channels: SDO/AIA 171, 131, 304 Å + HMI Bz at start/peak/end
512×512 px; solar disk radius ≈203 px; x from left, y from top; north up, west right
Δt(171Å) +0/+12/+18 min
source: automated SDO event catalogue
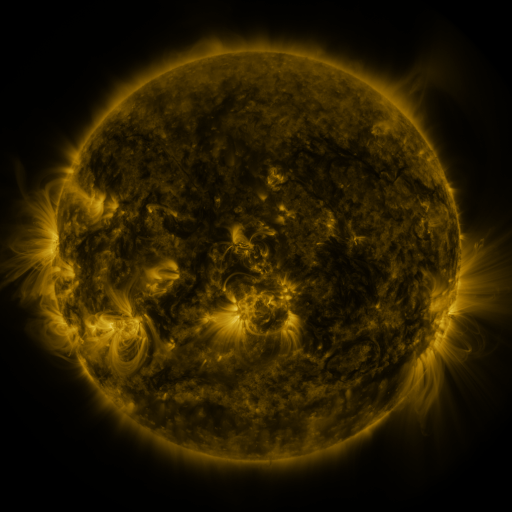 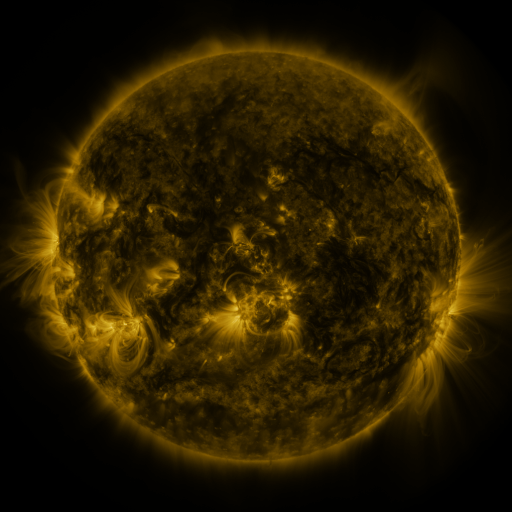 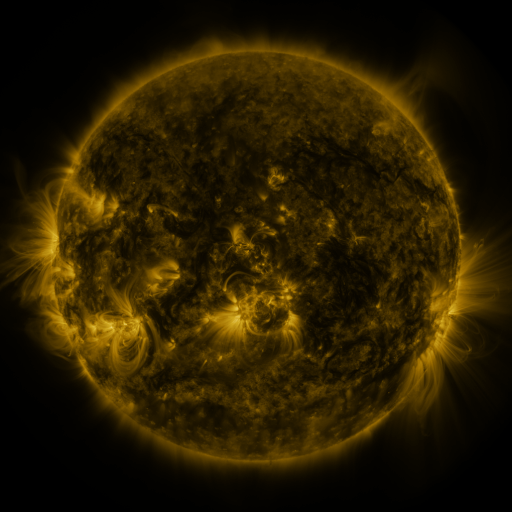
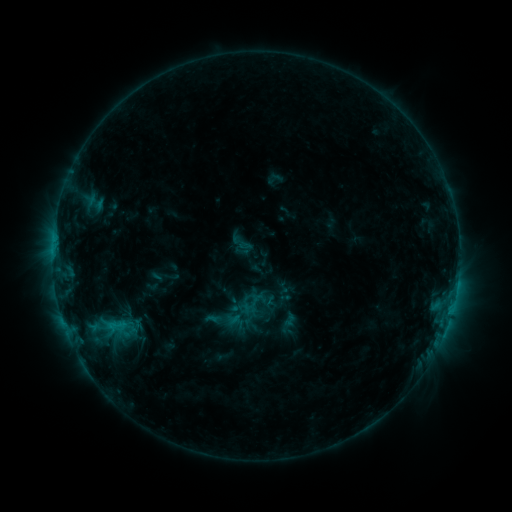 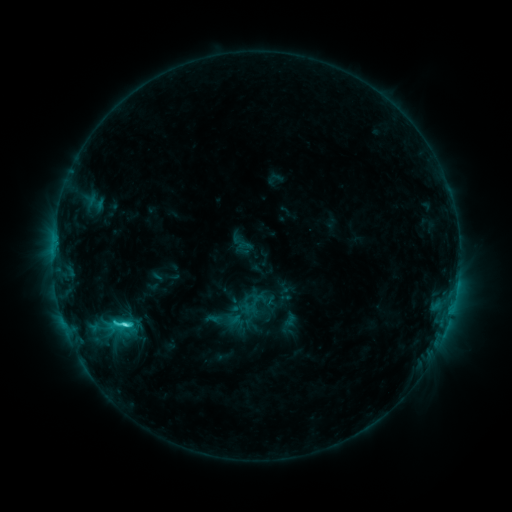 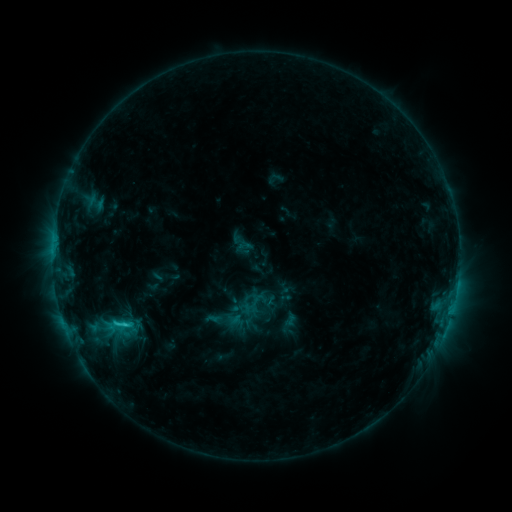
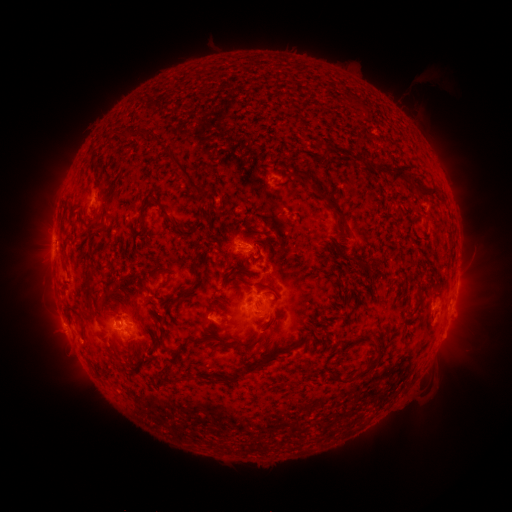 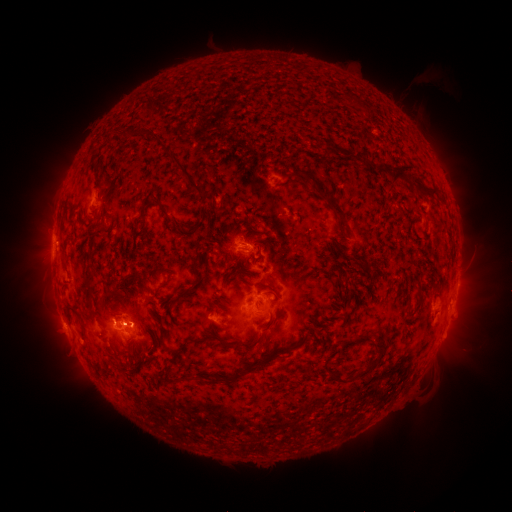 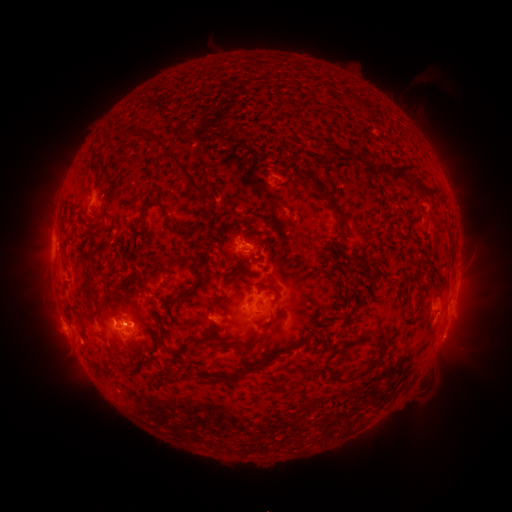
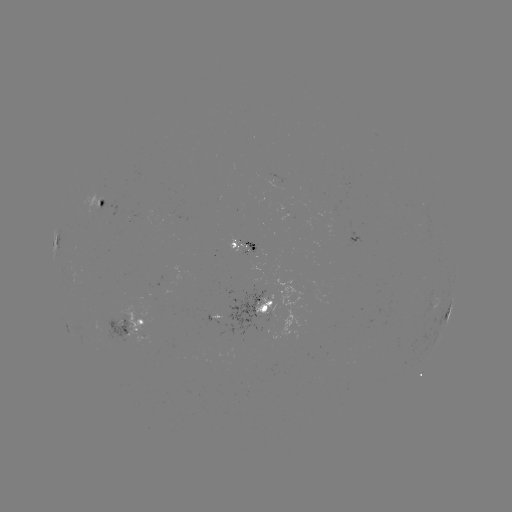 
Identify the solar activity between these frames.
C2.9 flare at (126, 322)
